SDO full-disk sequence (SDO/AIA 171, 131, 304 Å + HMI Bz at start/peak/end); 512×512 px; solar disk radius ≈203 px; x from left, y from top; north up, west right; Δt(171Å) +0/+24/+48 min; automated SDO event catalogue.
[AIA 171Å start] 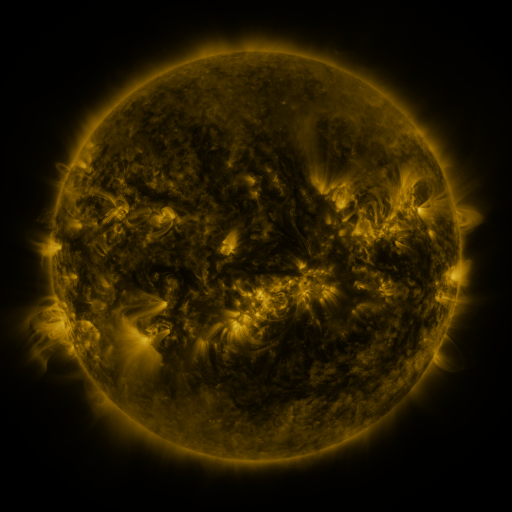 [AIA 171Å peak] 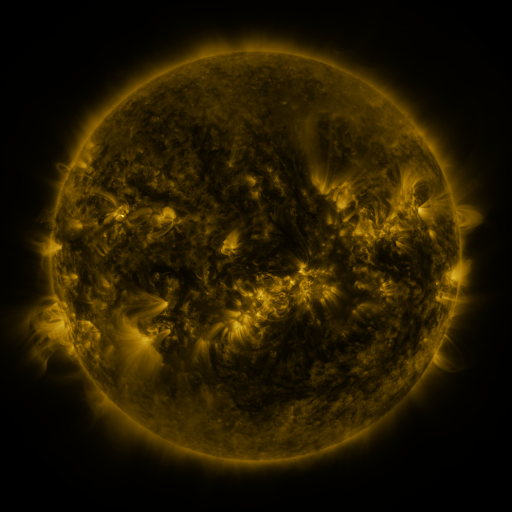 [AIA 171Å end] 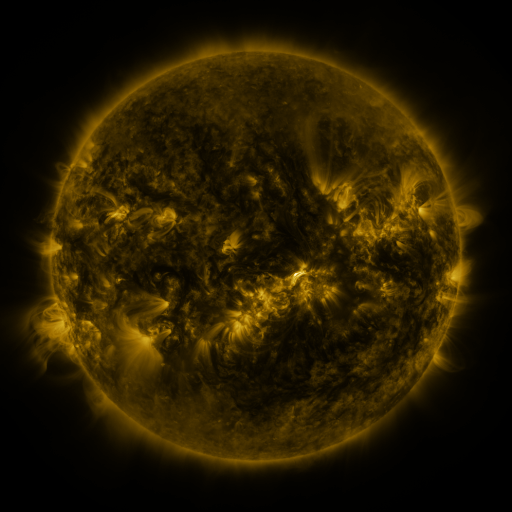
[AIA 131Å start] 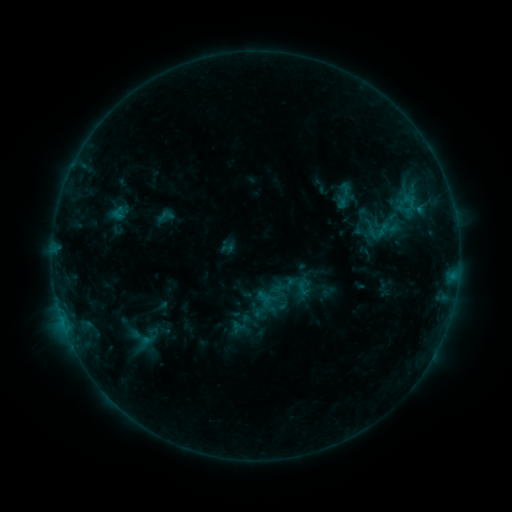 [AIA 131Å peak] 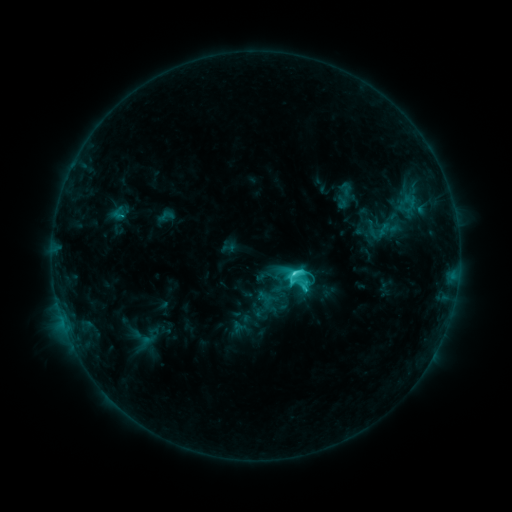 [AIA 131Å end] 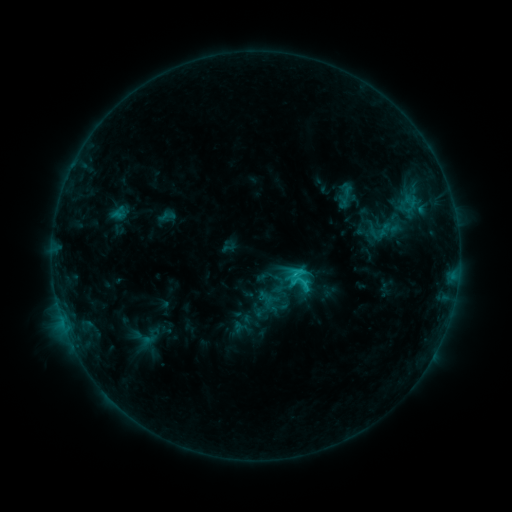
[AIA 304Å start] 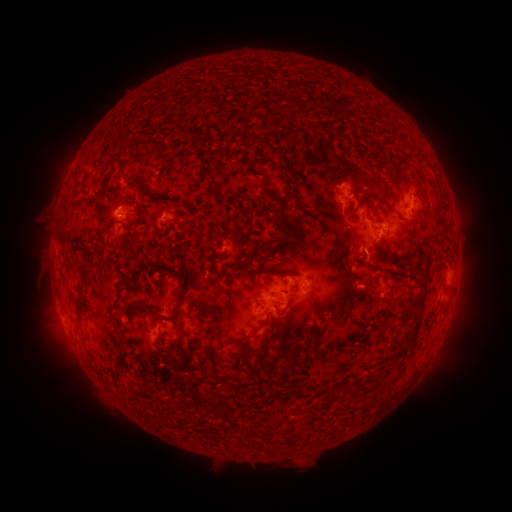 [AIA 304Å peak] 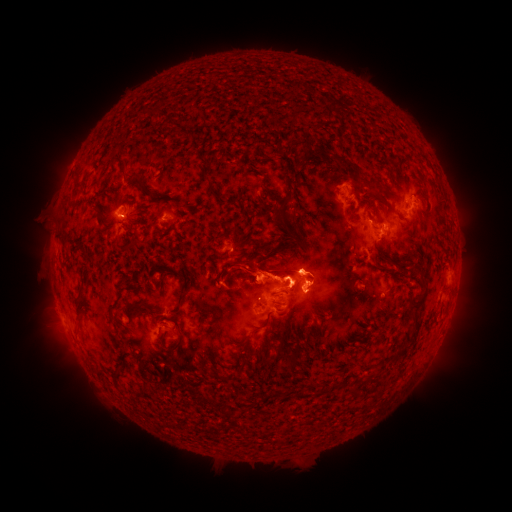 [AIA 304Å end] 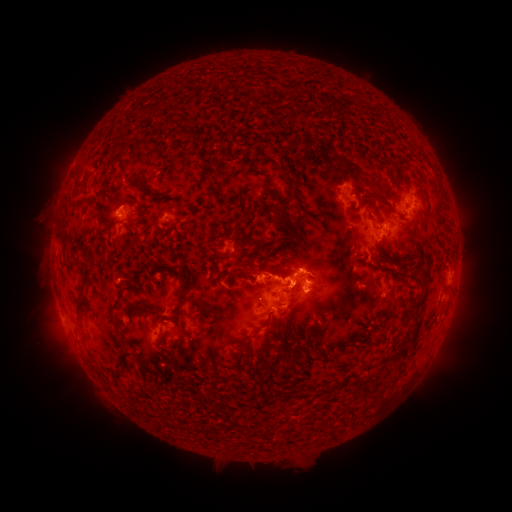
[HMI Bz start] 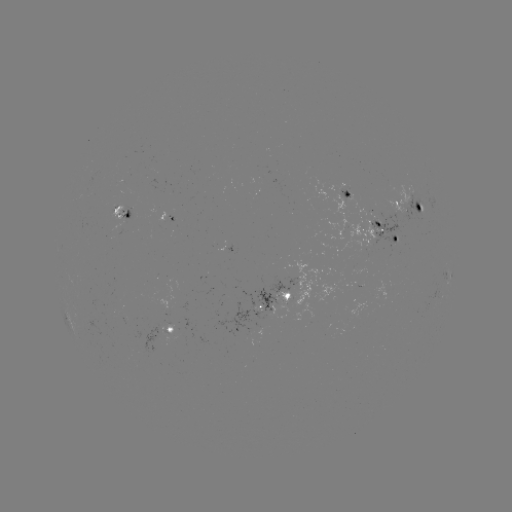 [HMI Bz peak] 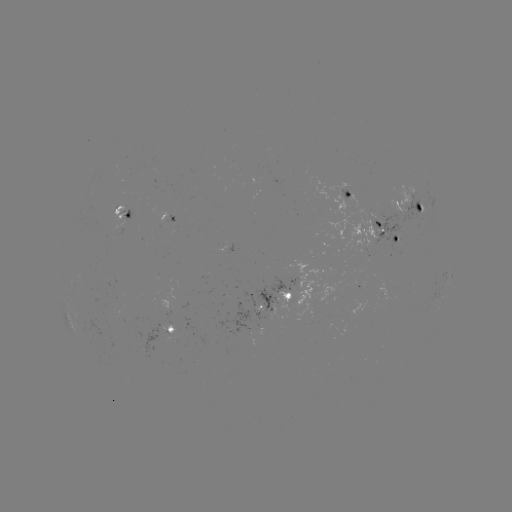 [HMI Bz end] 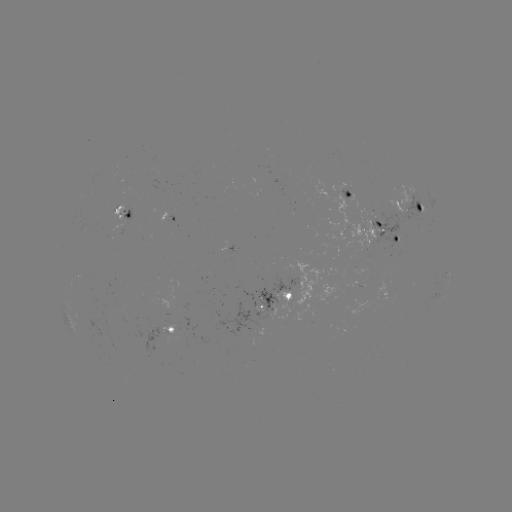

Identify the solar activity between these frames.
C5.0 flare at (294, 271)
